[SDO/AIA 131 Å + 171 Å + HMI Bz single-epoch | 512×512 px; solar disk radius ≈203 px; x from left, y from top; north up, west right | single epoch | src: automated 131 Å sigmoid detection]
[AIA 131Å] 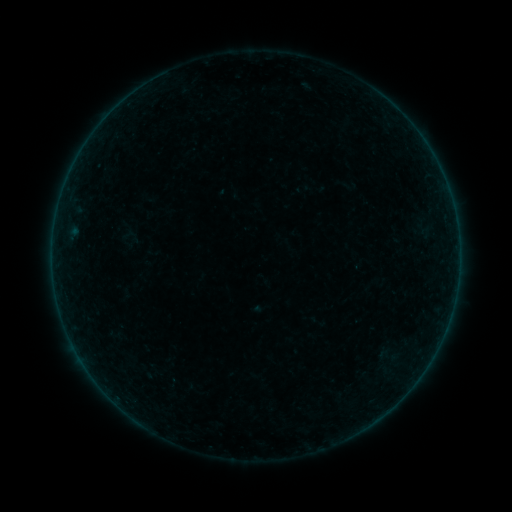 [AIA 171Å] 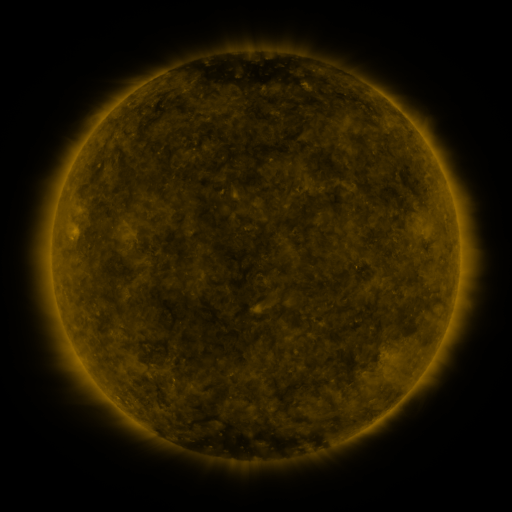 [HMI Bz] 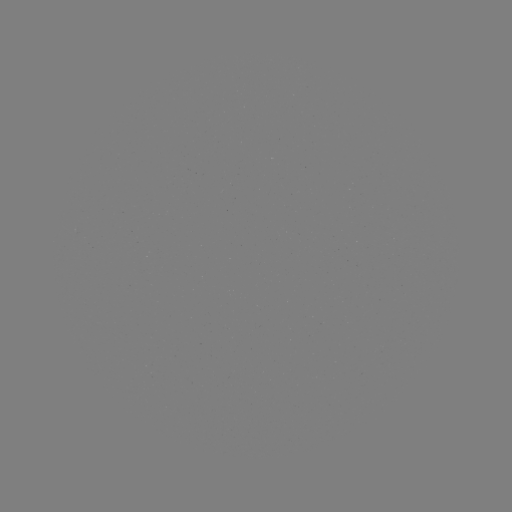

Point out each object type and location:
sigmoid: <bbox>123, 226, 143, 247</bbox>
